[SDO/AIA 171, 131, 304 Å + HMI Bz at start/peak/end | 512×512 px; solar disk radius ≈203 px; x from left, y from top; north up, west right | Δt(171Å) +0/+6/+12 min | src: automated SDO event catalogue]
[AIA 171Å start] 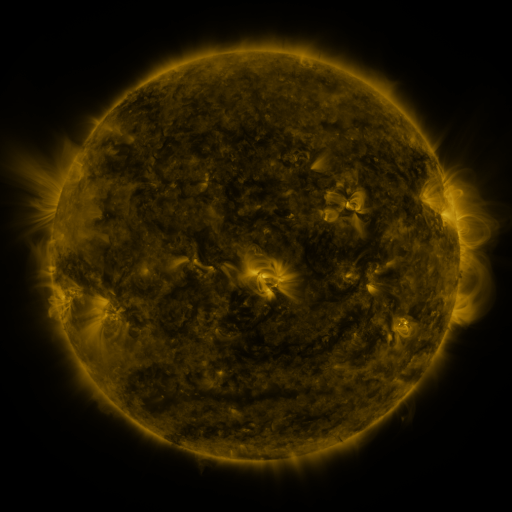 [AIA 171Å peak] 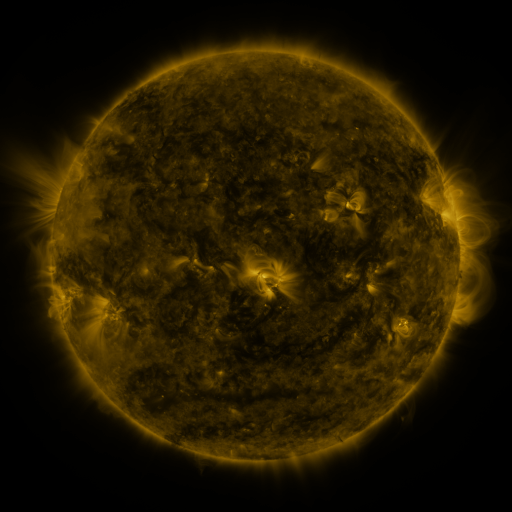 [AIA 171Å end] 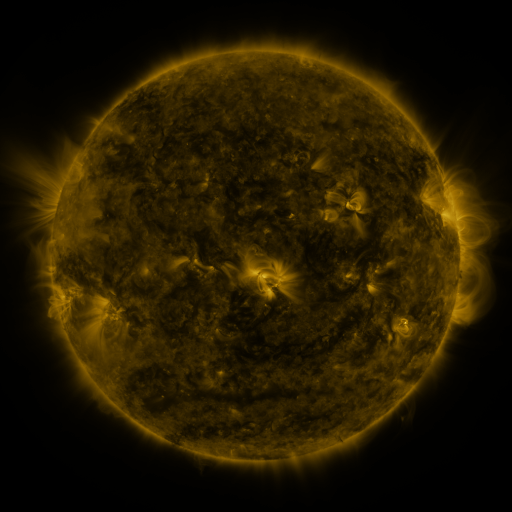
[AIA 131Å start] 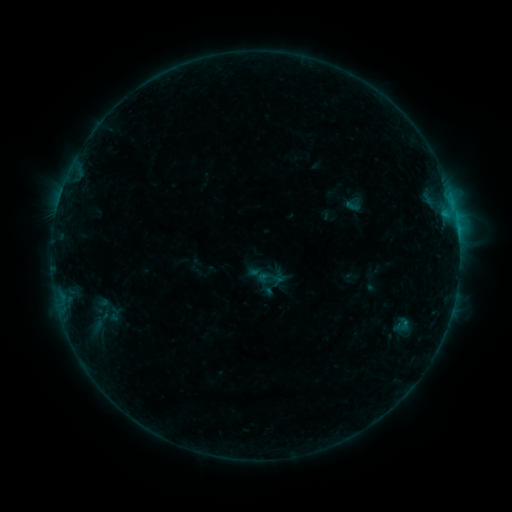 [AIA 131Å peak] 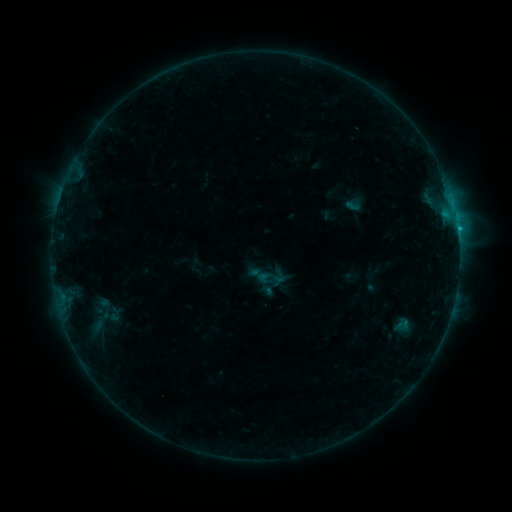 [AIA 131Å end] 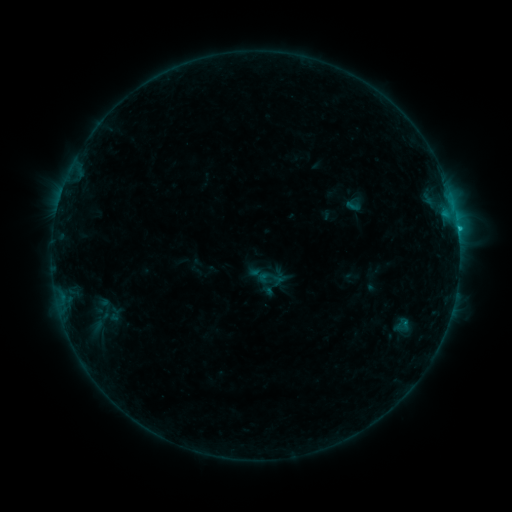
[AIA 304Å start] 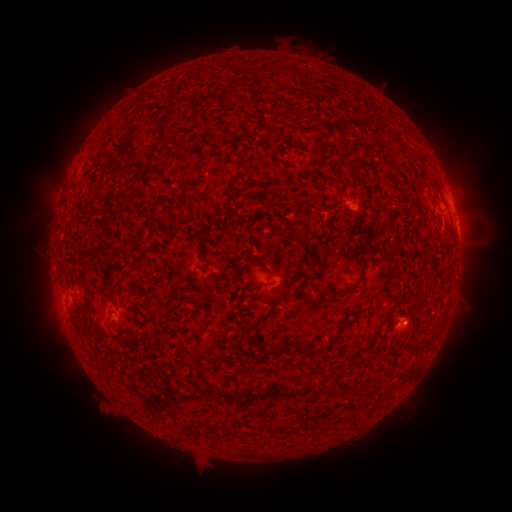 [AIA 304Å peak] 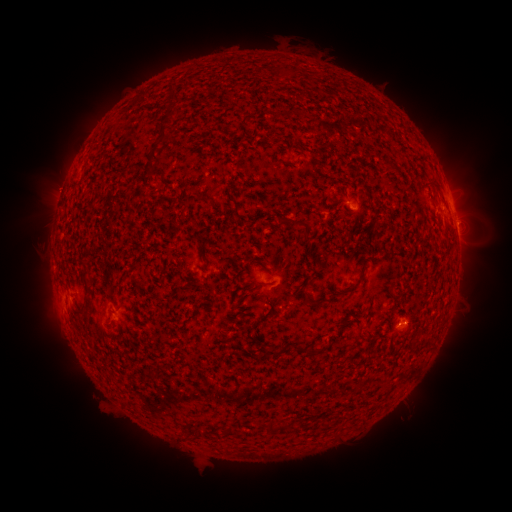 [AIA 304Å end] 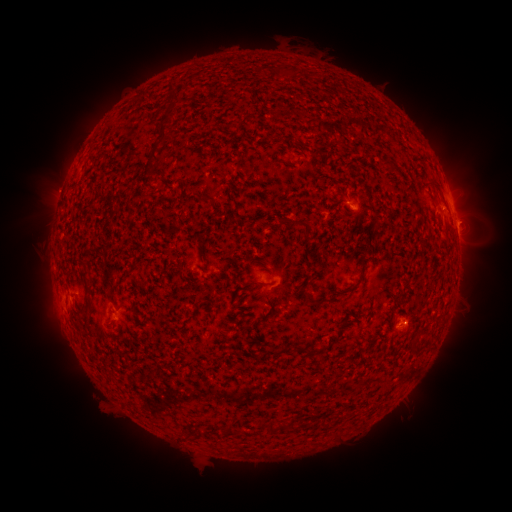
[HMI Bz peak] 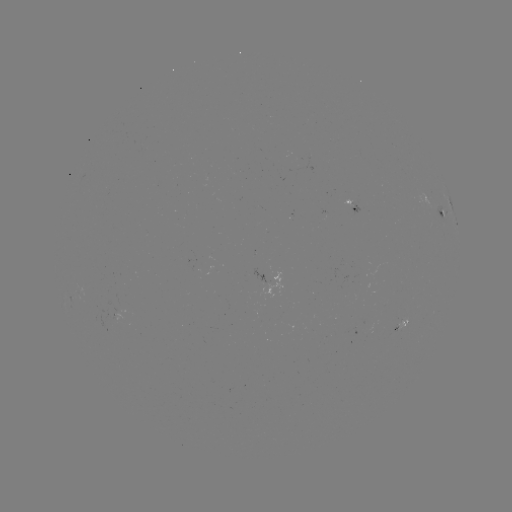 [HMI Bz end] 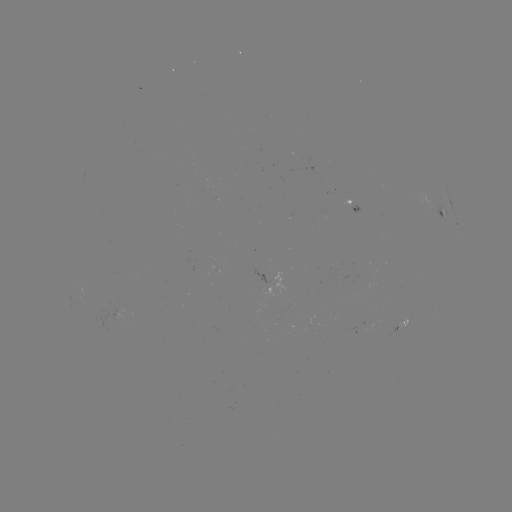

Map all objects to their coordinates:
B9.4 flare: (457, 230)
